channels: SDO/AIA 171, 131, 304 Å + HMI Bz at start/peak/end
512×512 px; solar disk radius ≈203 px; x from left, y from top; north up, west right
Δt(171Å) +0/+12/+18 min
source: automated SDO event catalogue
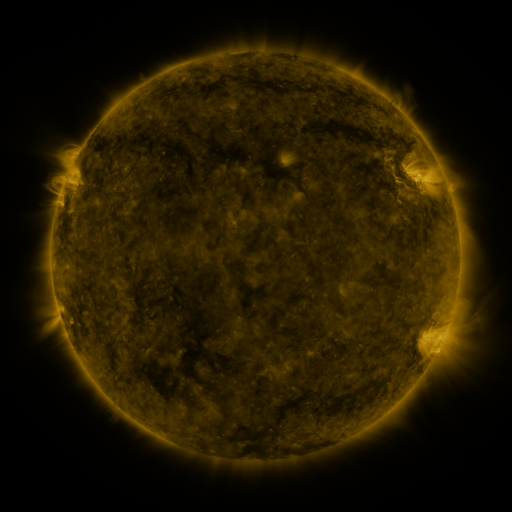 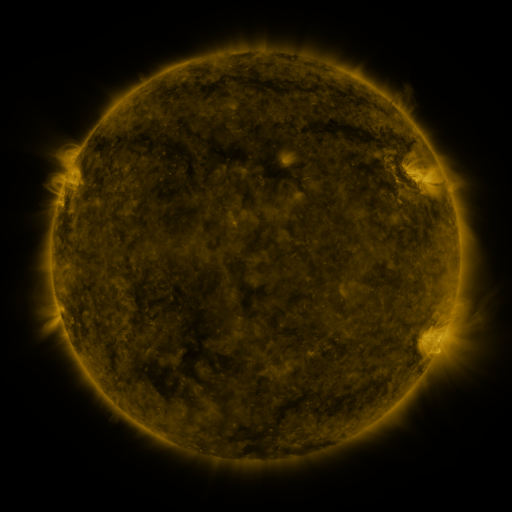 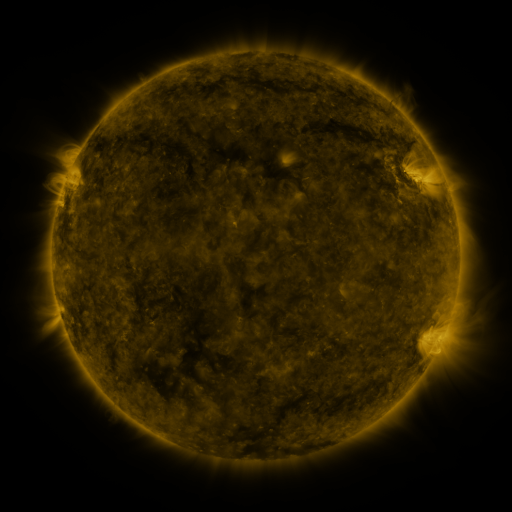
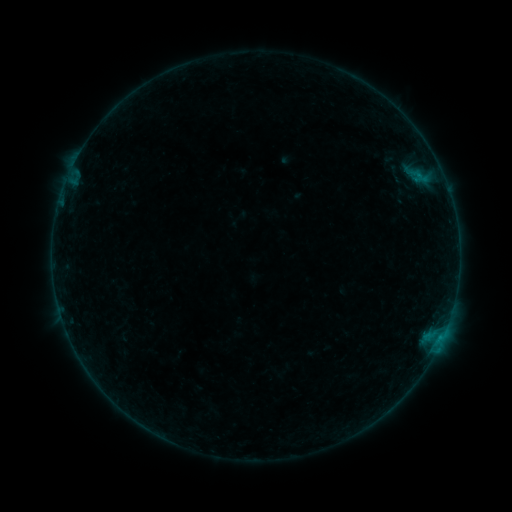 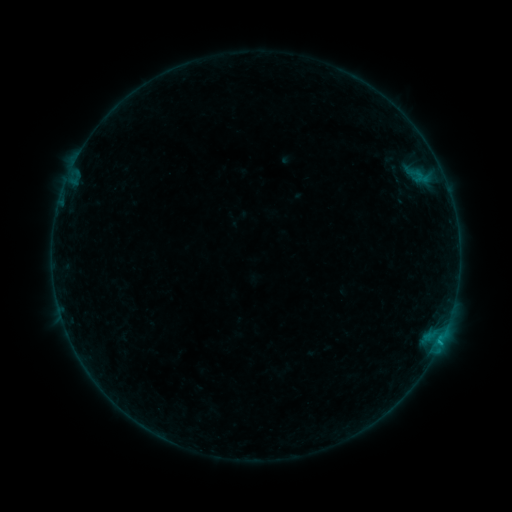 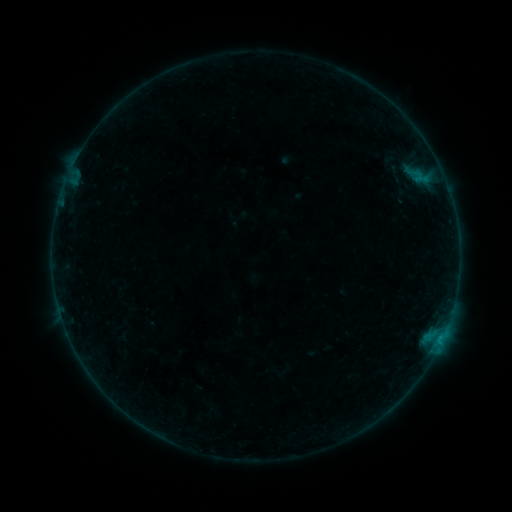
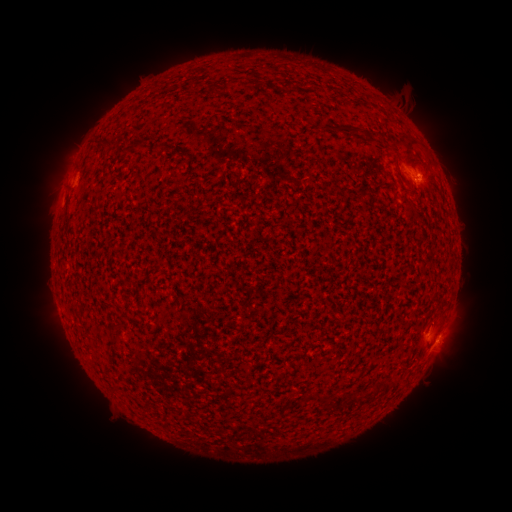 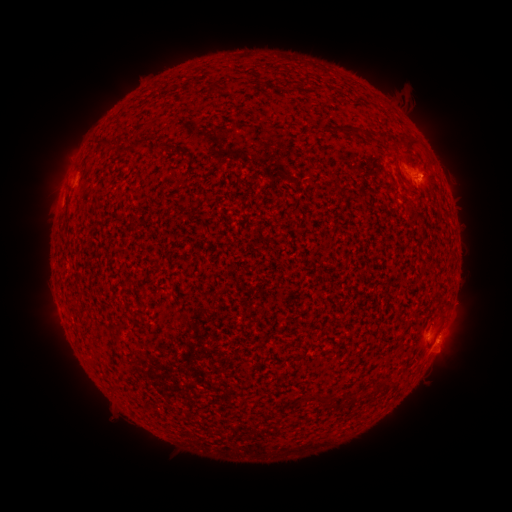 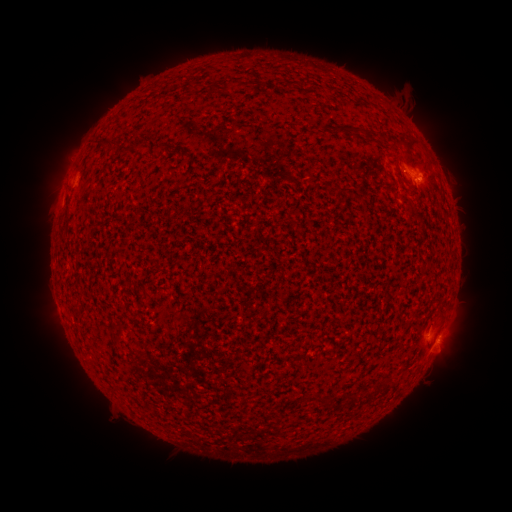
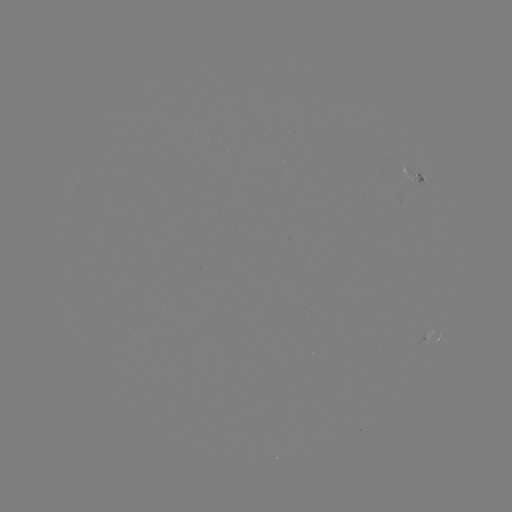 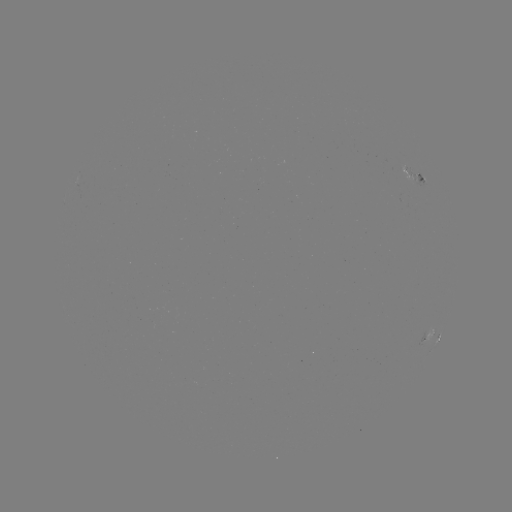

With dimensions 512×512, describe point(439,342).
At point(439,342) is B3.0 flare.